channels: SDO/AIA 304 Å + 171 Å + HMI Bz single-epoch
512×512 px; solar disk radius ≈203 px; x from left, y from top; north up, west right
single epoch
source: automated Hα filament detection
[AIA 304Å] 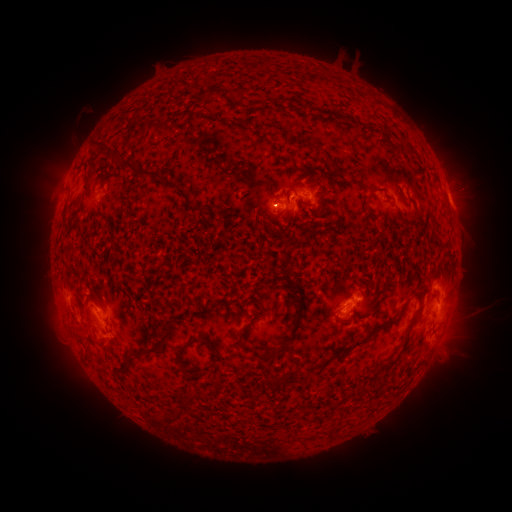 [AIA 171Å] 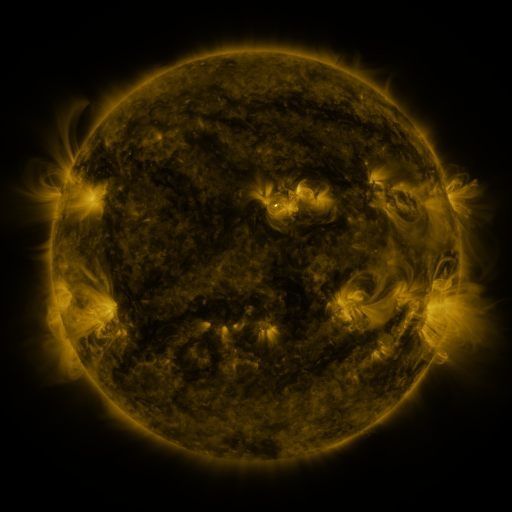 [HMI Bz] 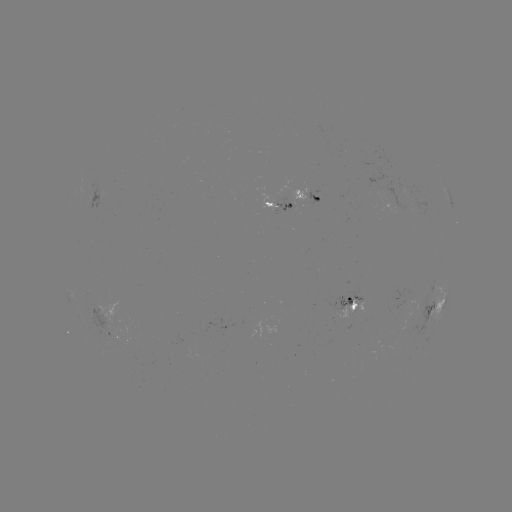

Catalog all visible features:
filament: (120, 157, 138, 172)
filament: (156, 172, 168, 183)
filament: (178, 187, 196, 206)
filament: (410, 209, 422, 221)
filament: (303, 232, 313, 241)
filament: (283, 269, 294, 288)
filament: (276, 294, 304, 356)
filament: (348, 303, 356, 312)
filament: (353, 318, 400, 348)
filament: (235, 323, 250, 340)
filament: (398, 341, 407, 352)
filament: (135, 342, 161, 358)
filament: (252, 351, 265, 362)
filament: (284, 371, 295, 383)
